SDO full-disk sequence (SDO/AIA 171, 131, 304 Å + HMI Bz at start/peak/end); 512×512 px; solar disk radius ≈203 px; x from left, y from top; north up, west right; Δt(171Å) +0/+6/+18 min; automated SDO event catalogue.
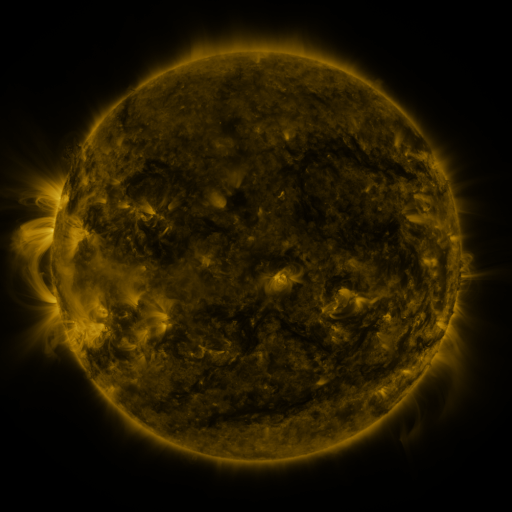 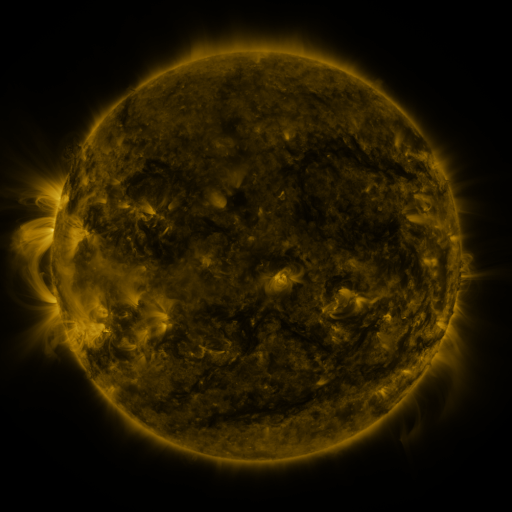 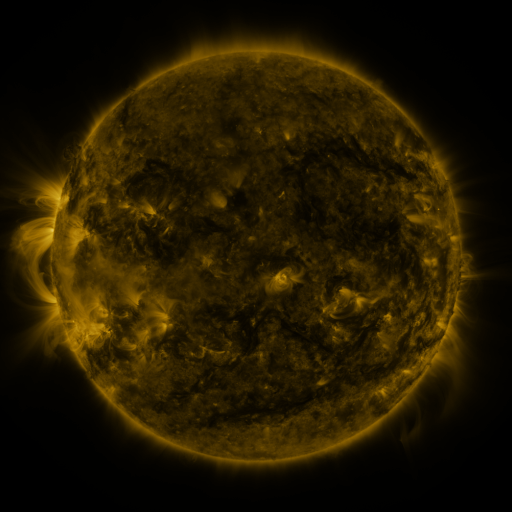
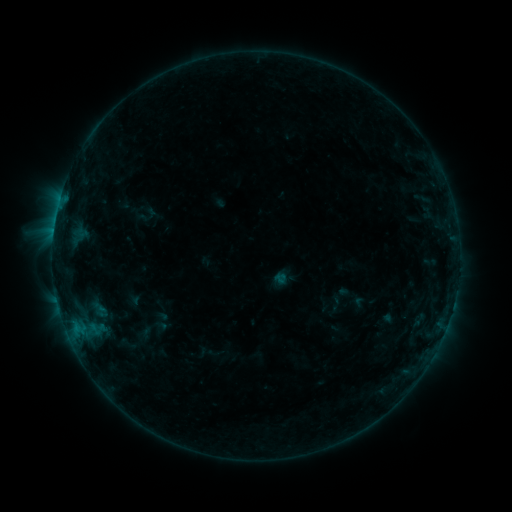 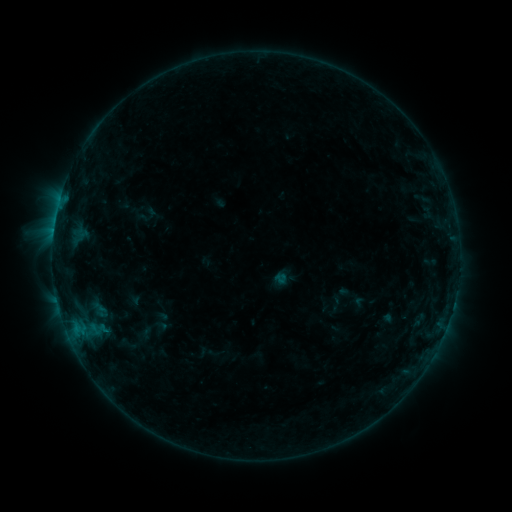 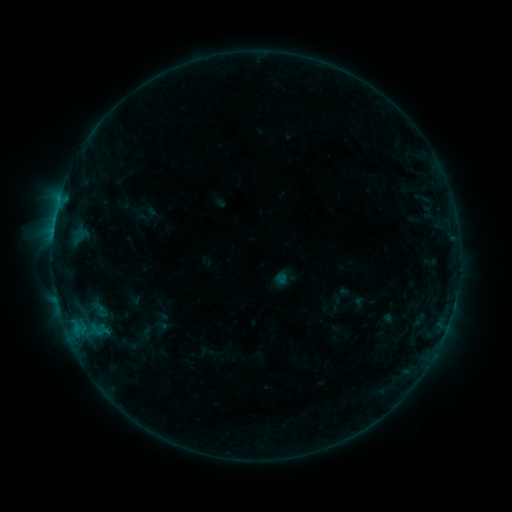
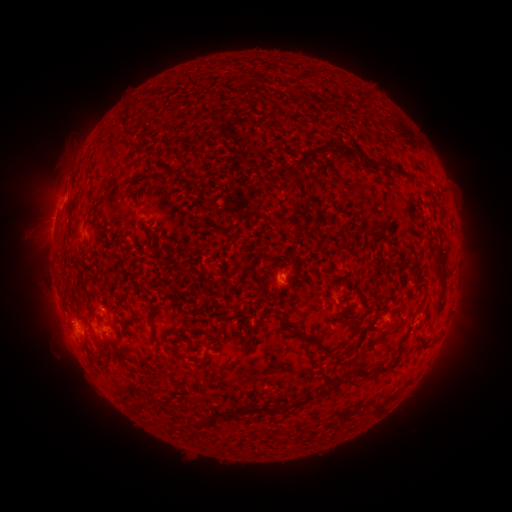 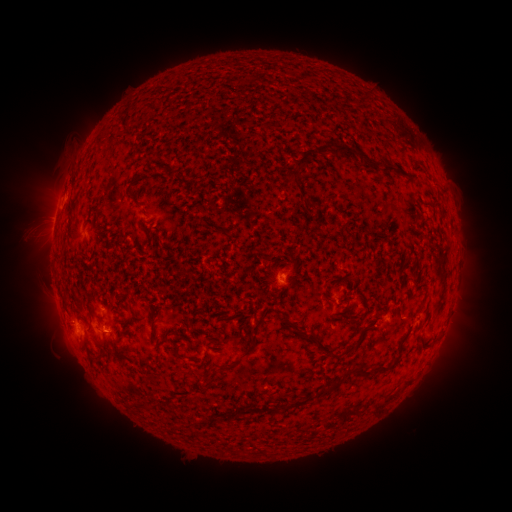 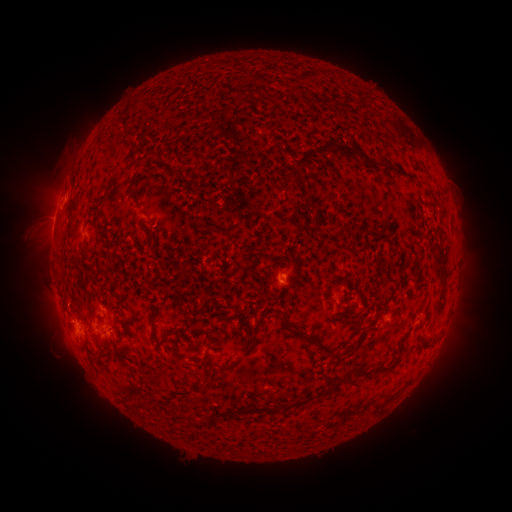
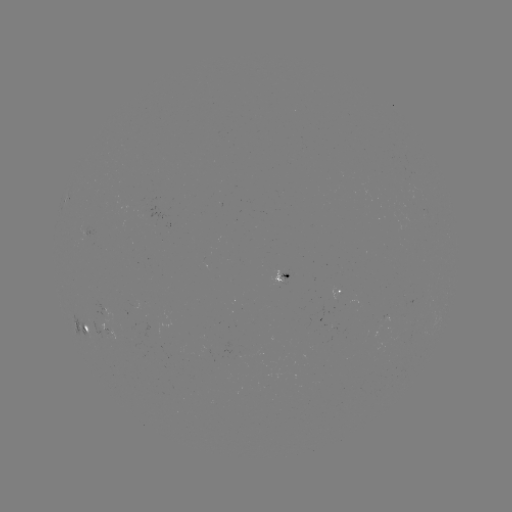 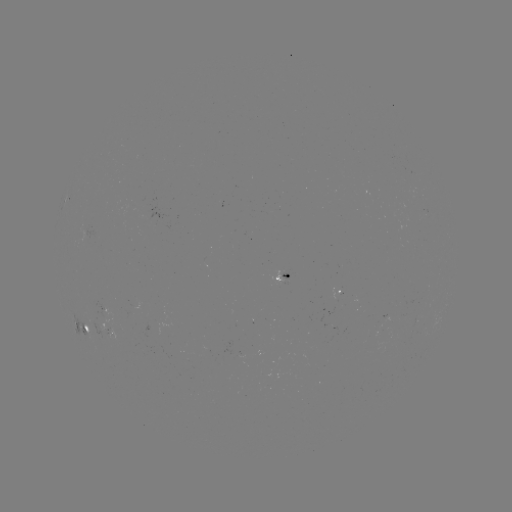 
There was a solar flare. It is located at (106, 330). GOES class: B5.0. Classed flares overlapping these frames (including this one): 1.